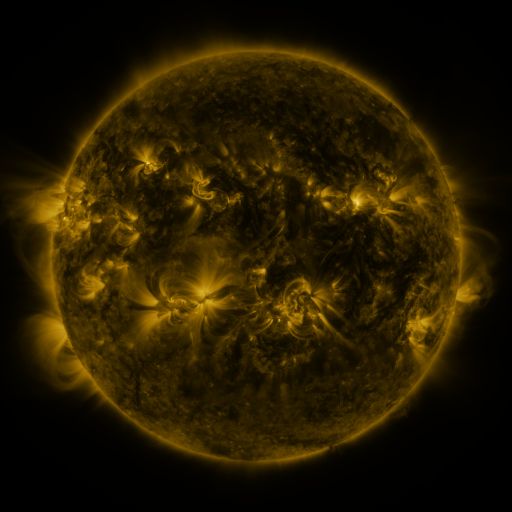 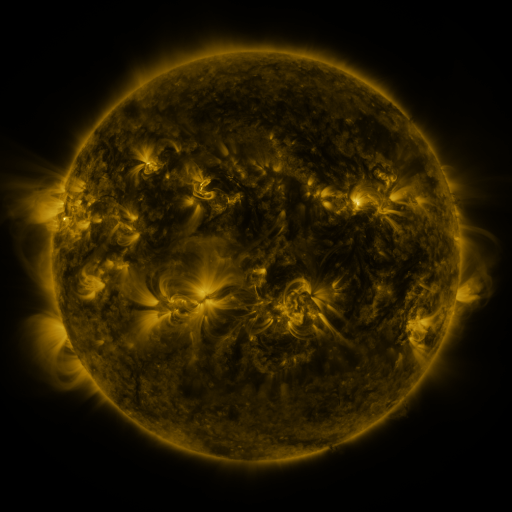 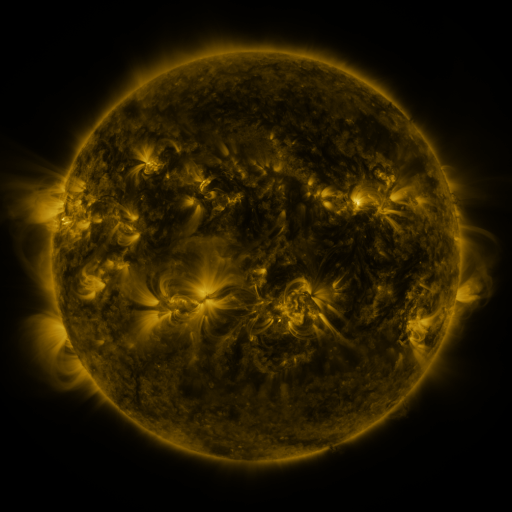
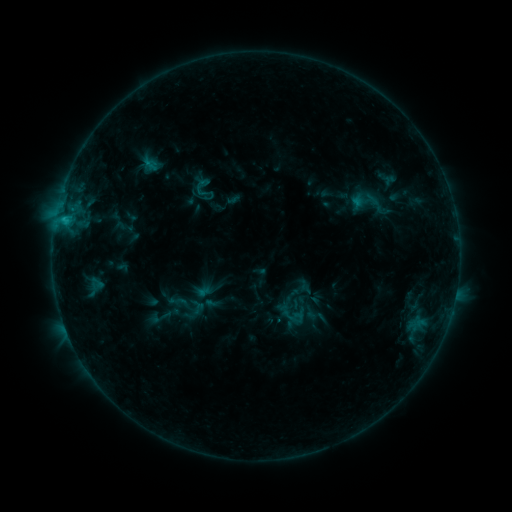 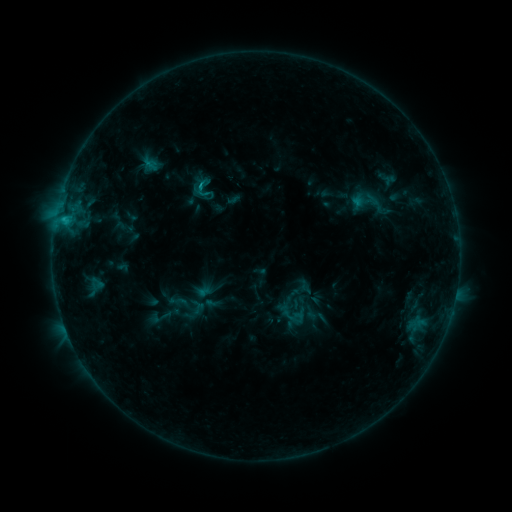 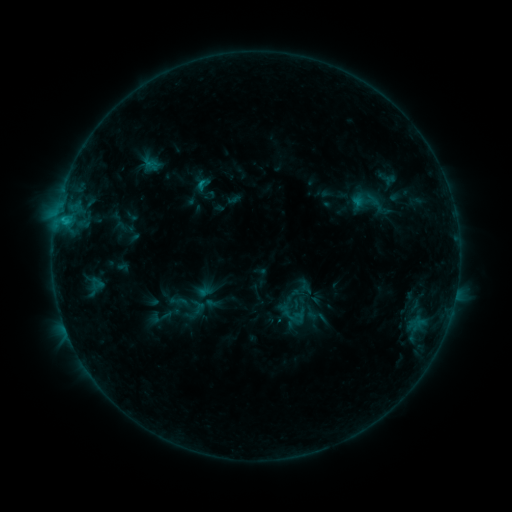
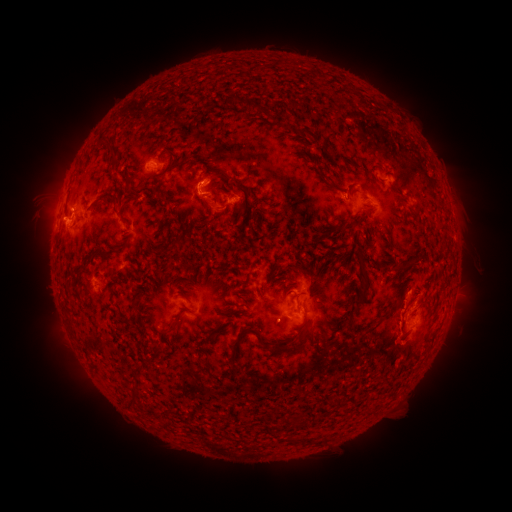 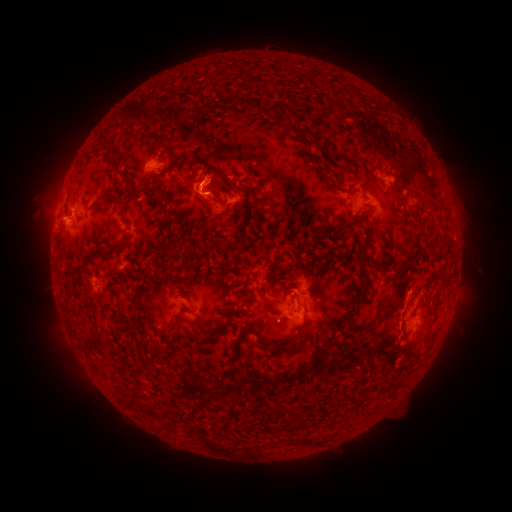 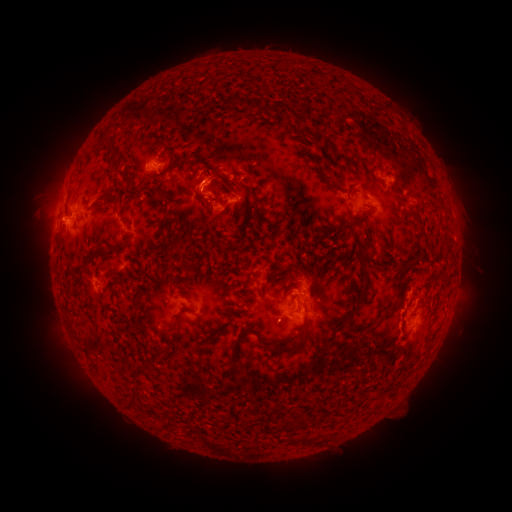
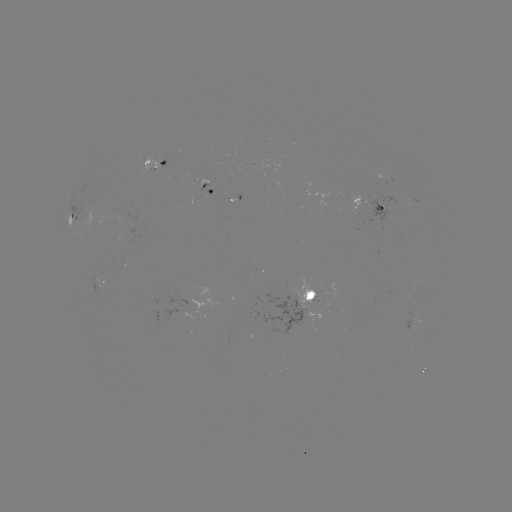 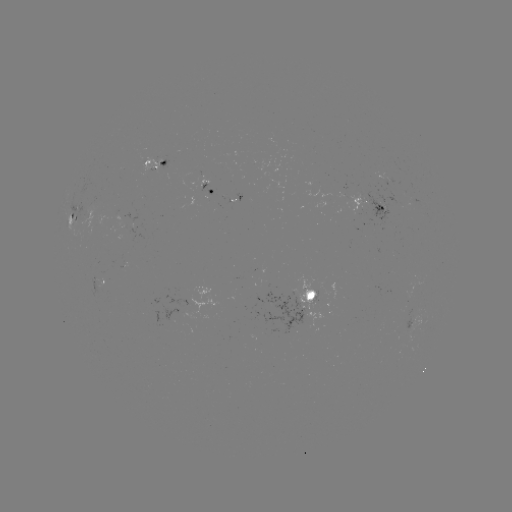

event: flare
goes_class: C1.1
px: (201, 186)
